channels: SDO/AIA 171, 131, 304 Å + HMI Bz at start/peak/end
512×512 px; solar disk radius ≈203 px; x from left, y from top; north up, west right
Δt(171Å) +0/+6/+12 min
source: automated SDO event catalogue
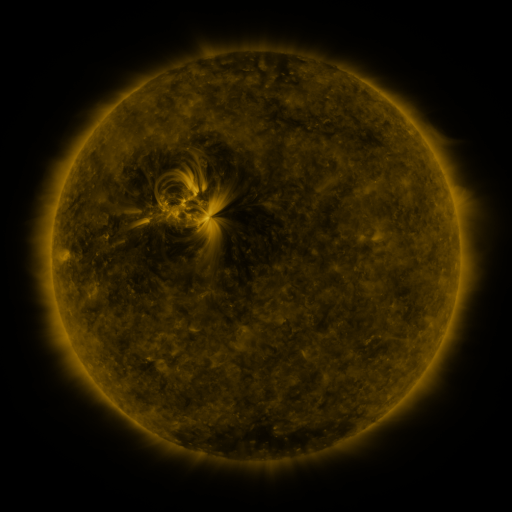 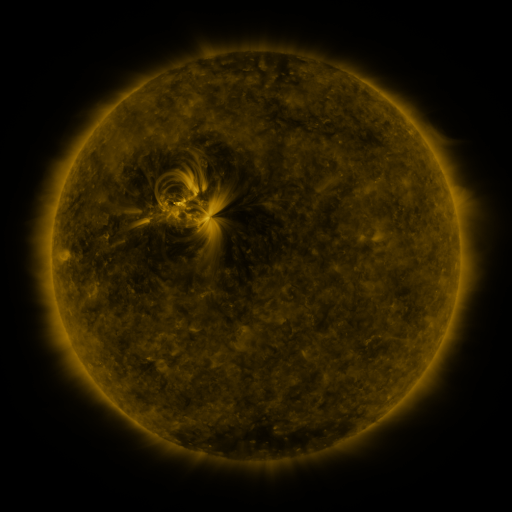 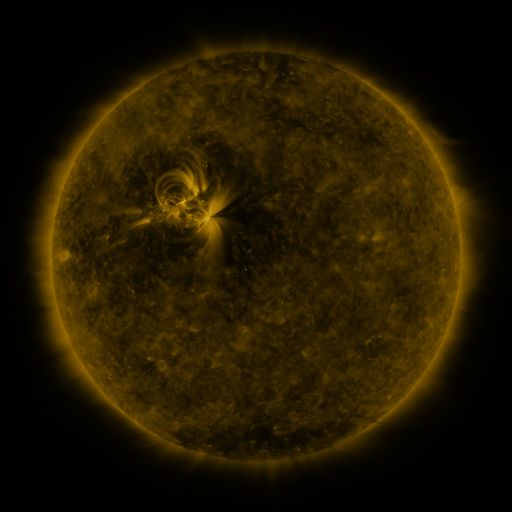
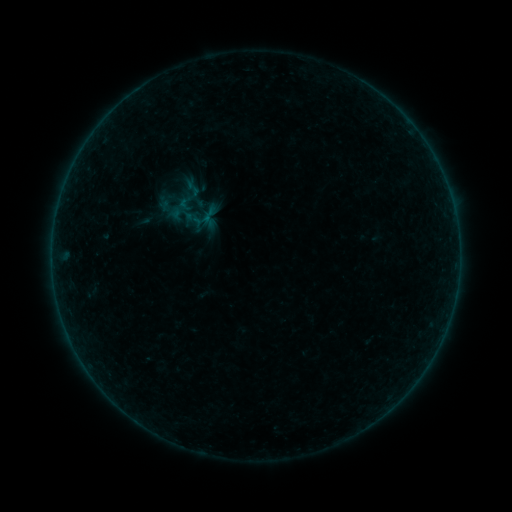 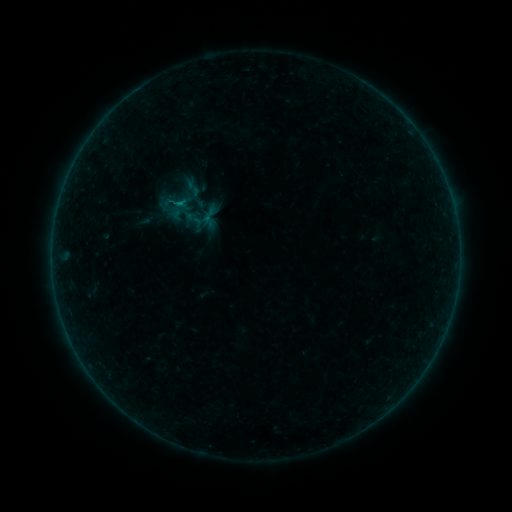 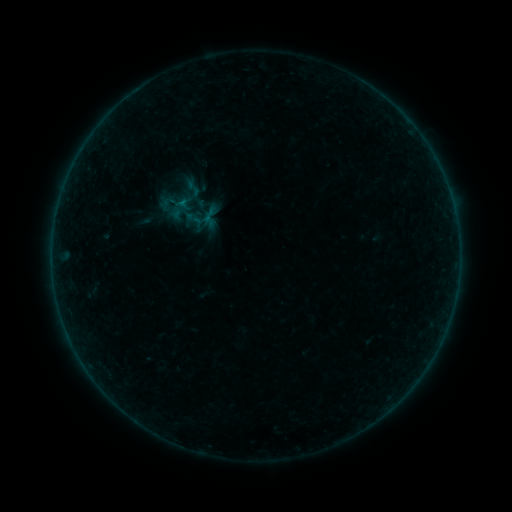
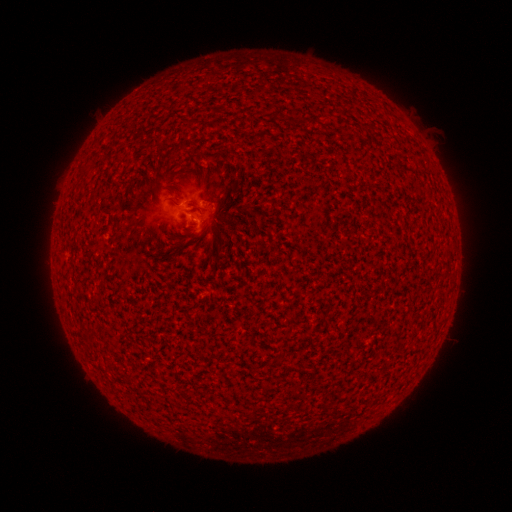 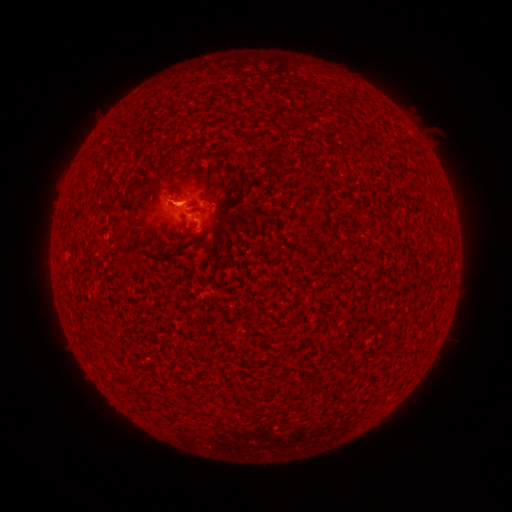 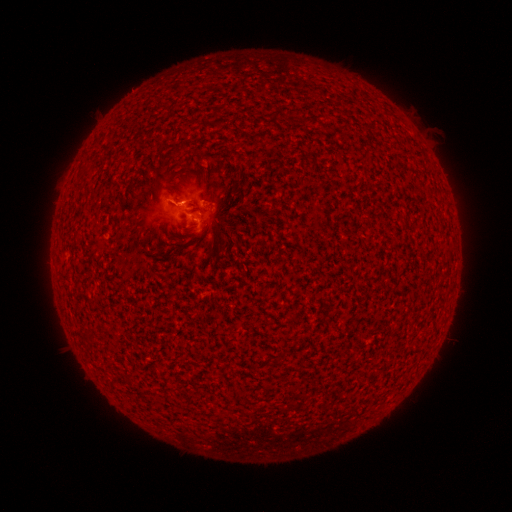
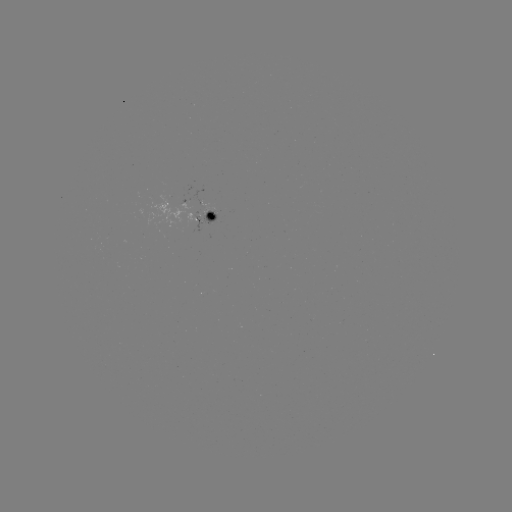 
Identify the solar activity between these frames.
eruption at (174, 197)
